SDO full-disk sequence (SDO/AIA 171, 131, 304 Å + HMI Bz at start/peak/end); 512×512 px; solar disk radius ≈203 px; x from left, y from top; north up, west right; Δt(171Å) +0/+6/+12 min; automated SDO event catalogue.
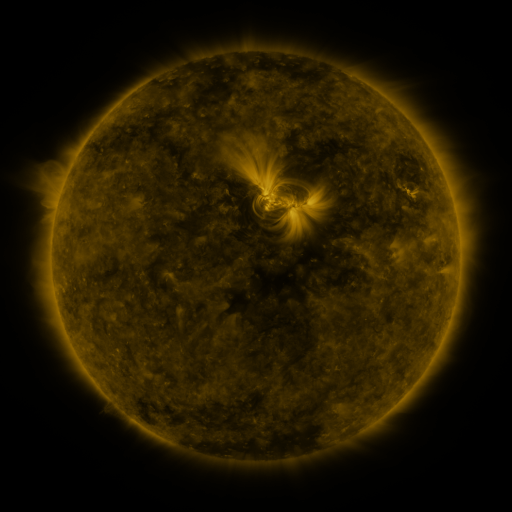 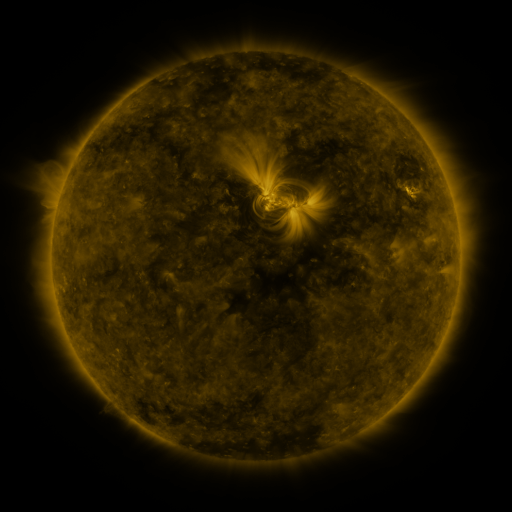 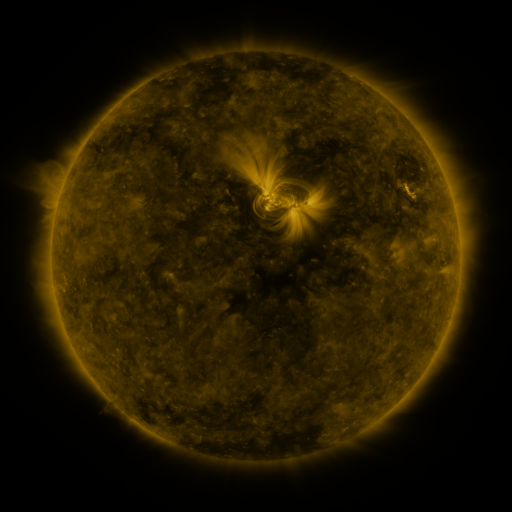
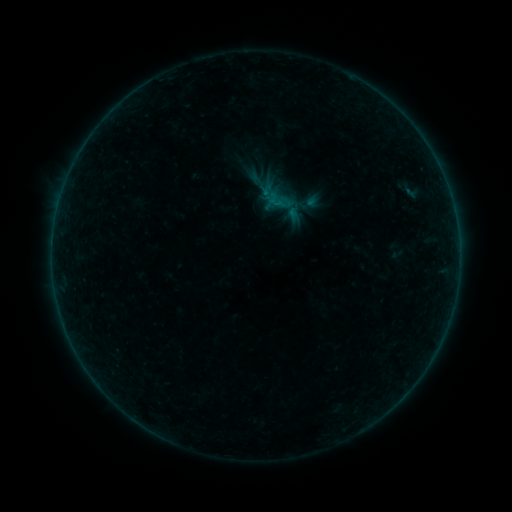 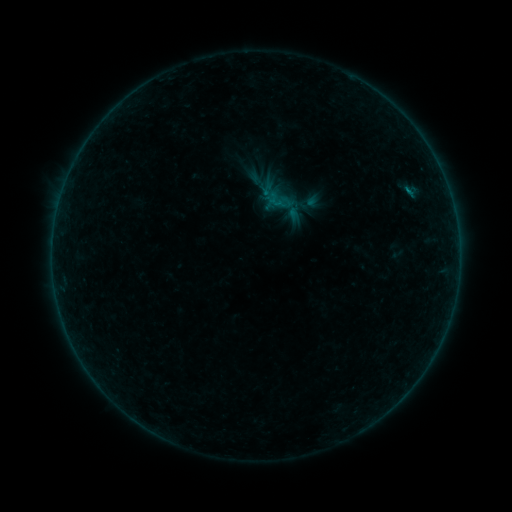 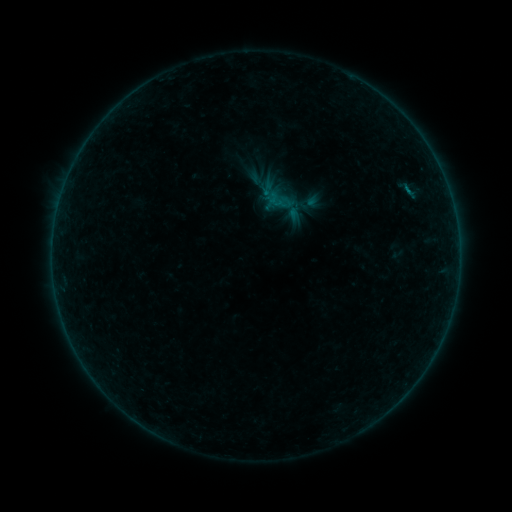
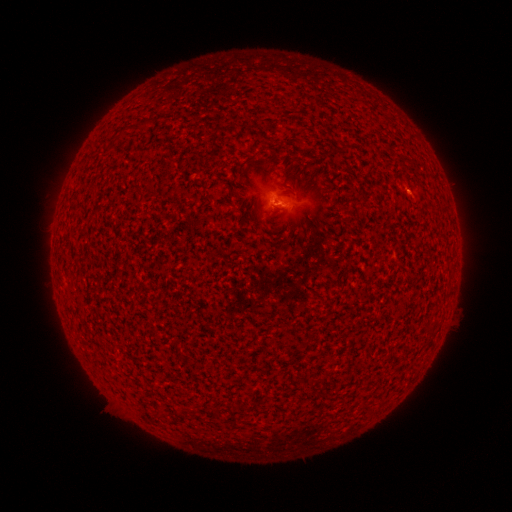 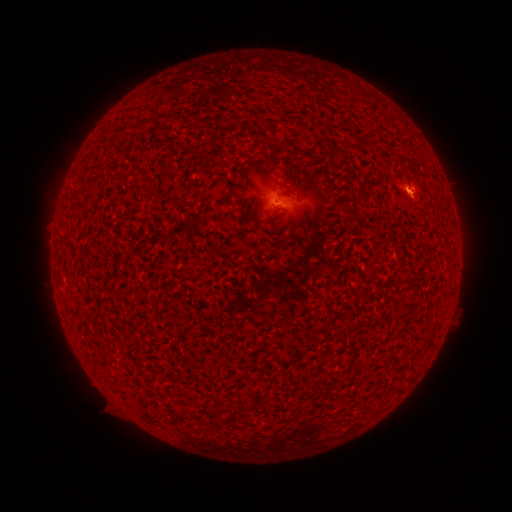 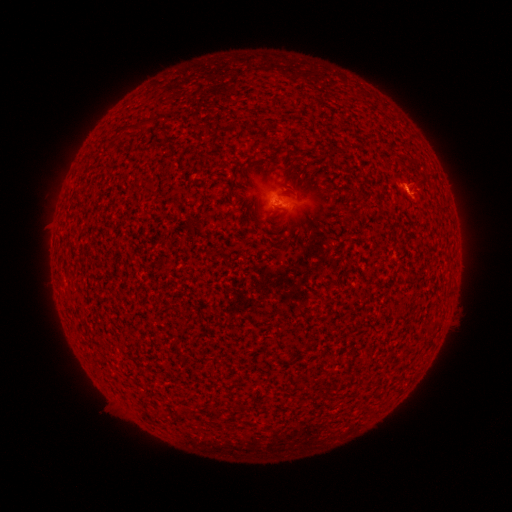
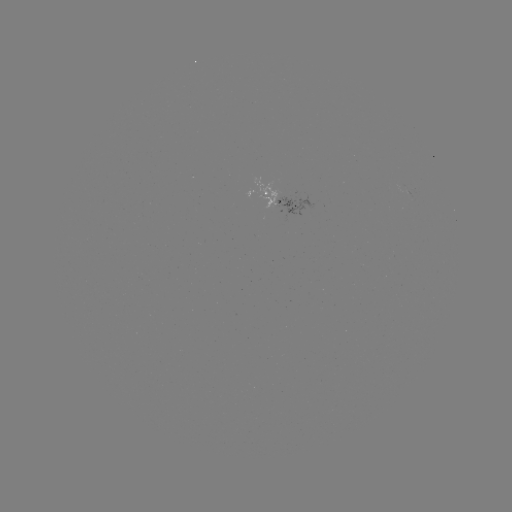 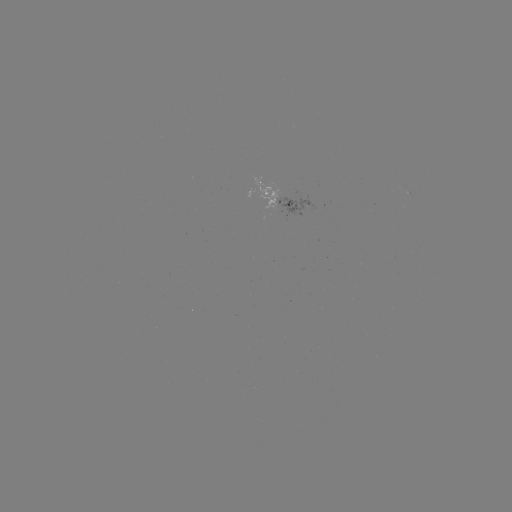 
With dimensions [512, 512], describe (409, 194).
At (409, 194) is B1.3 flare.